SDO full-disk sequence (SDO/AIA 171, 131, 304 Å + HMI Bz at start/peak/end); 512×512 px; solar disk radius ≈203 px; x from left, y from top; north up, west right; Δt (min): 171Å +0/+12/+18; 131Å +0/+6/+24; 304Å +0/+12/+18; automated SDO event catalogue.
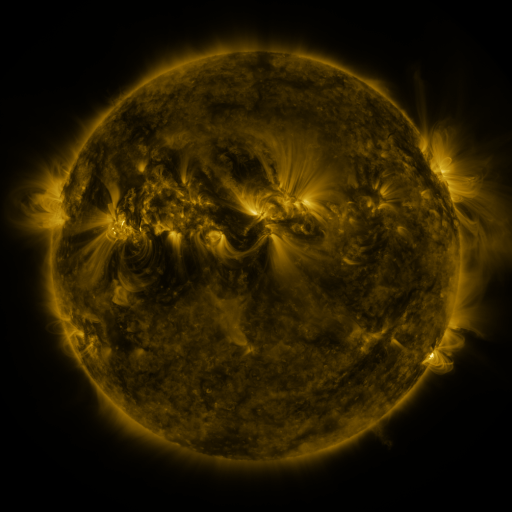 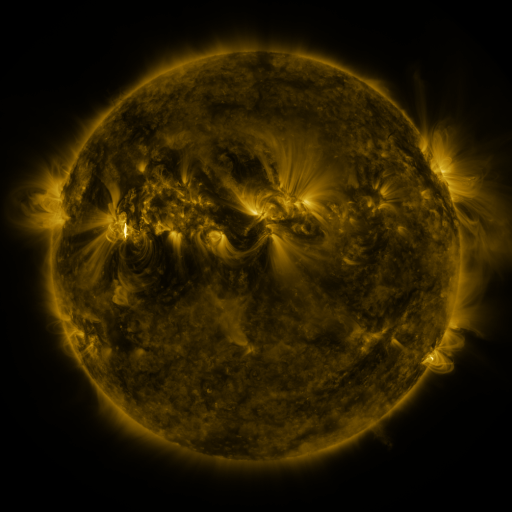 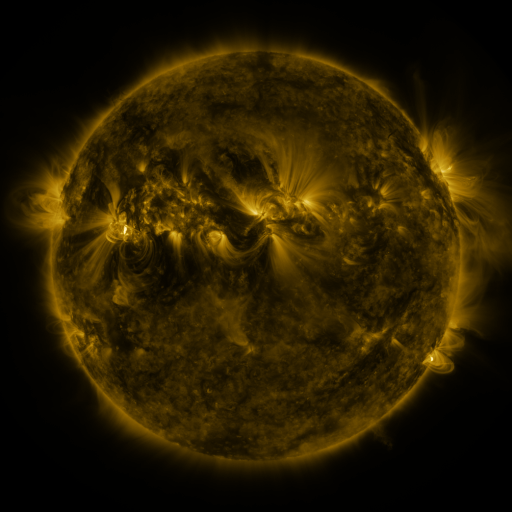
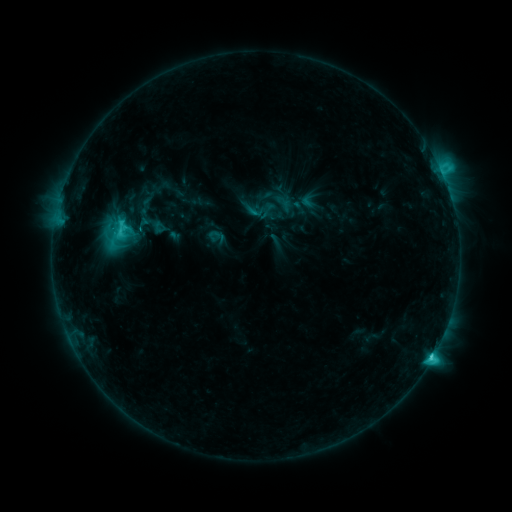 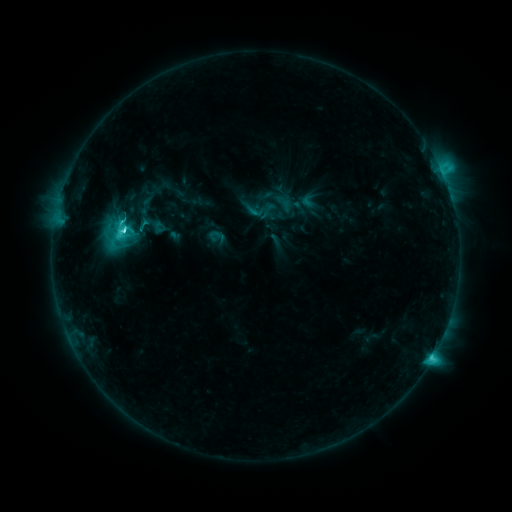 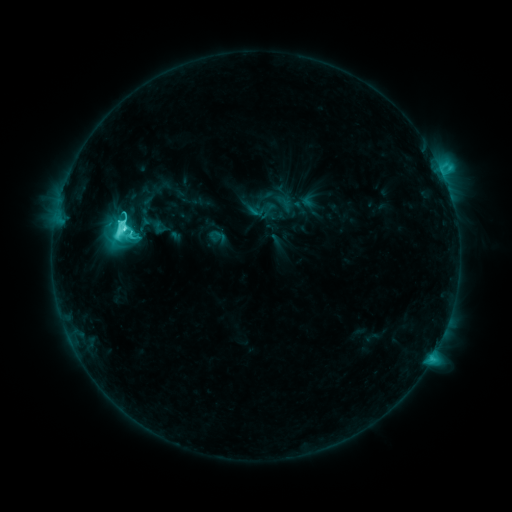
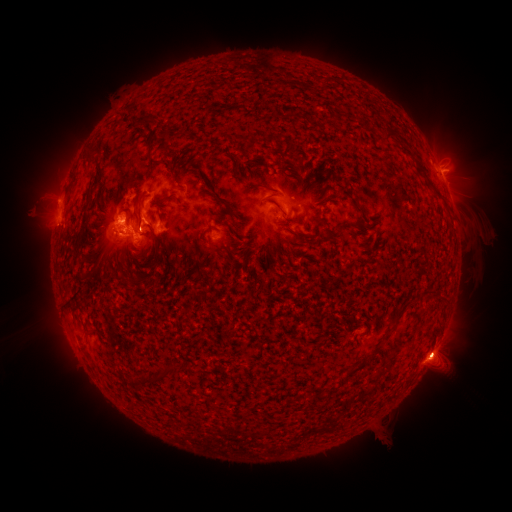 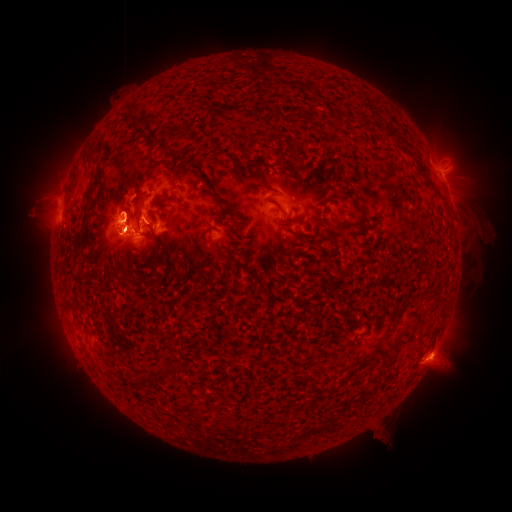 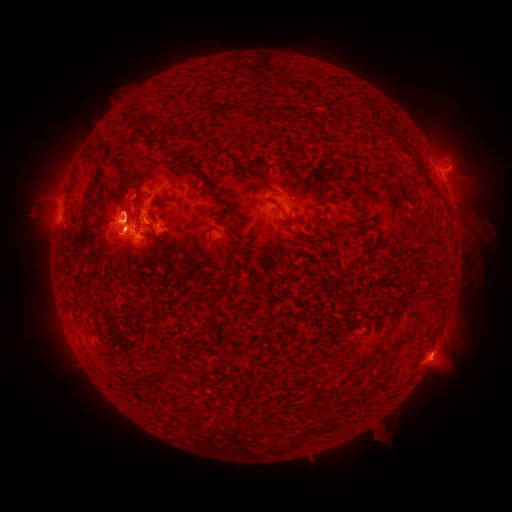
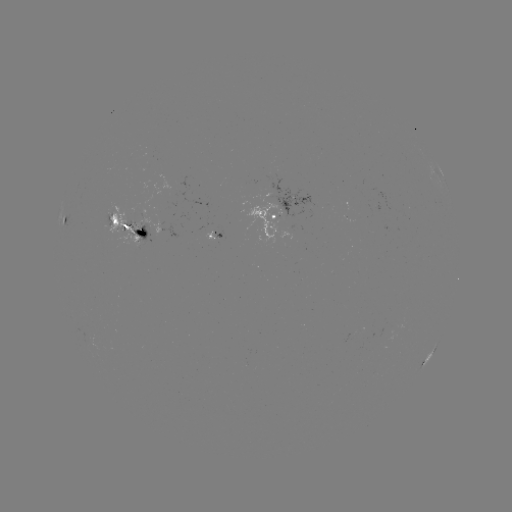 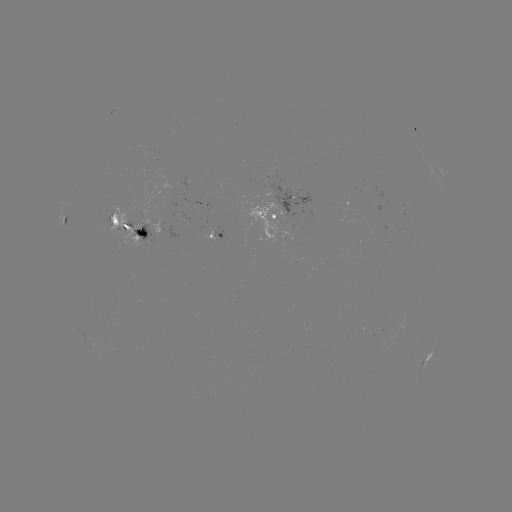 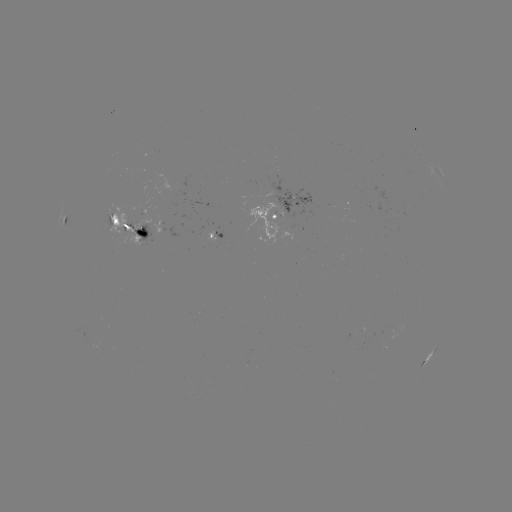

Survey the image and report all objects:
M2.2 flare: (125, 232)
